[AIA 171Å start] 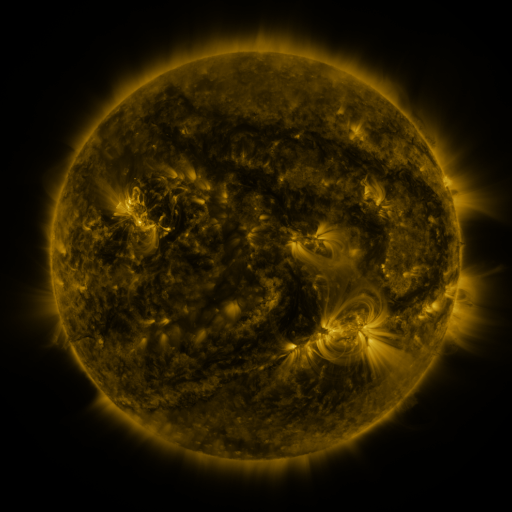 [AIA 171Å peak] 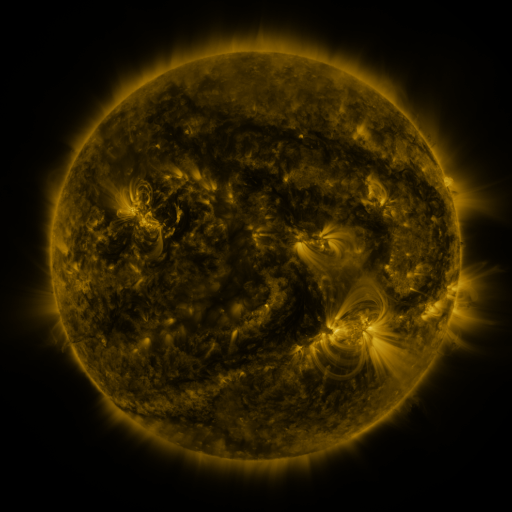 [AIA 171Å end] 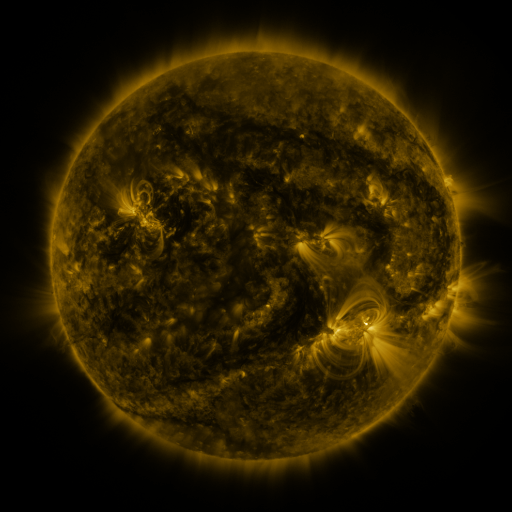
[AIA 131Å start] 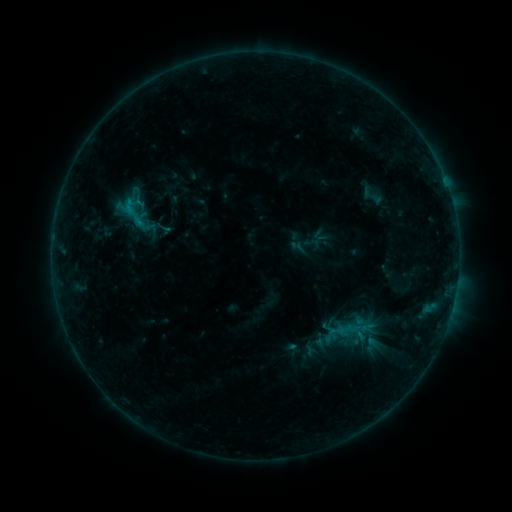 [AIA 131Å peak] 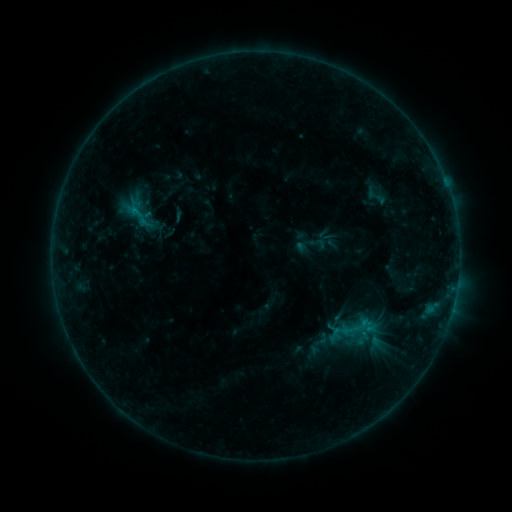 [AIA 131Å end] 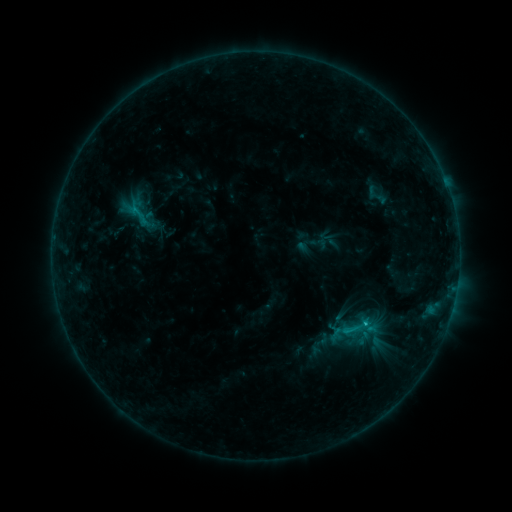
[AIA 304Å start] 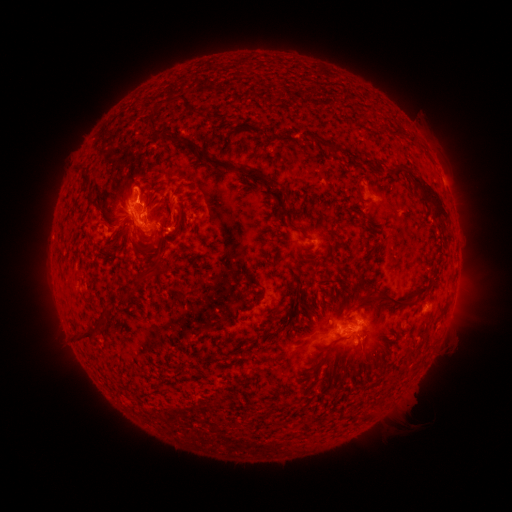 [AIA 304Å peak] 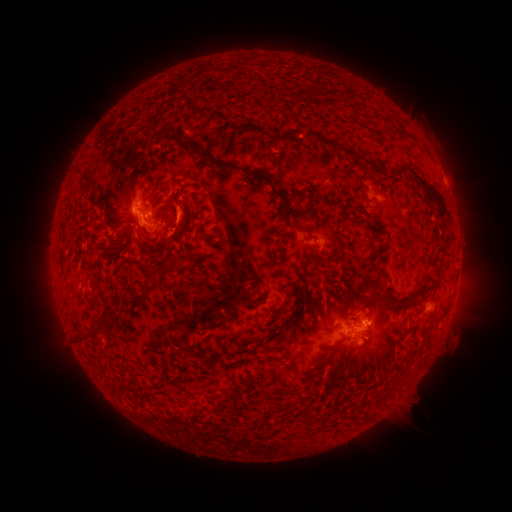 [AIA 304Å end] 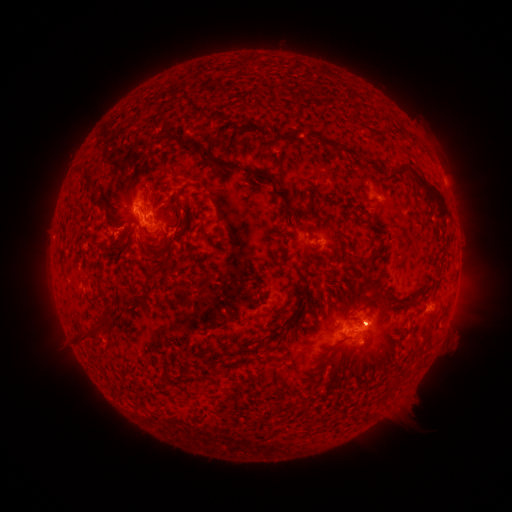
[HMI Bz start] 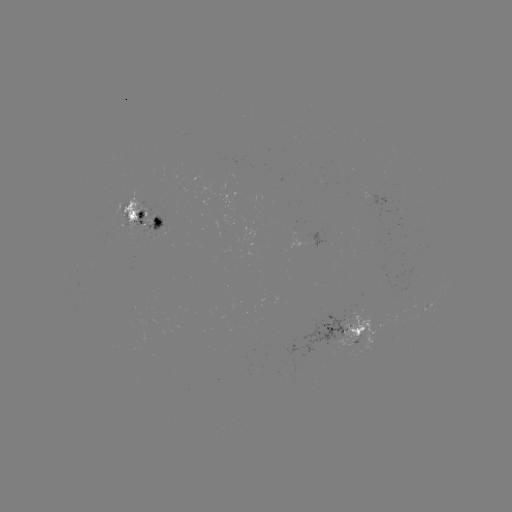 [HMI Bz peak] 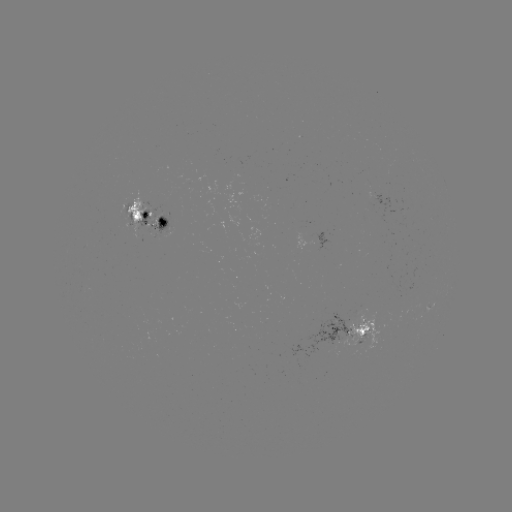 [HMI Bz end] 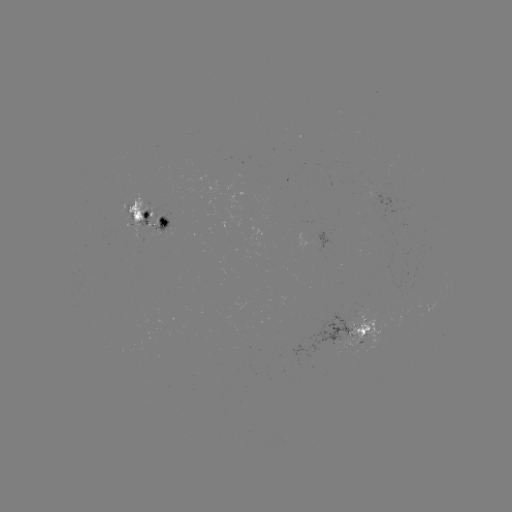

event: emerging-flux region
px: (321, 312)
